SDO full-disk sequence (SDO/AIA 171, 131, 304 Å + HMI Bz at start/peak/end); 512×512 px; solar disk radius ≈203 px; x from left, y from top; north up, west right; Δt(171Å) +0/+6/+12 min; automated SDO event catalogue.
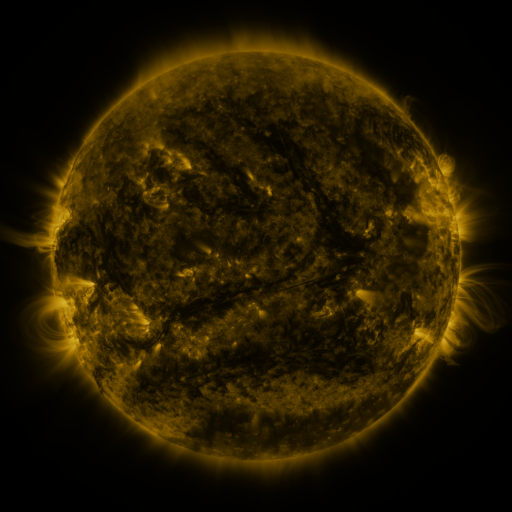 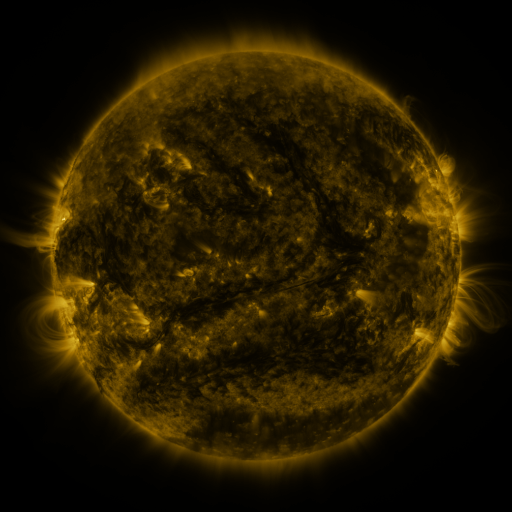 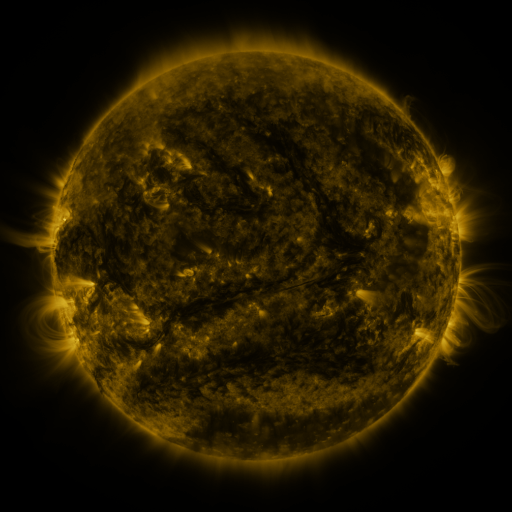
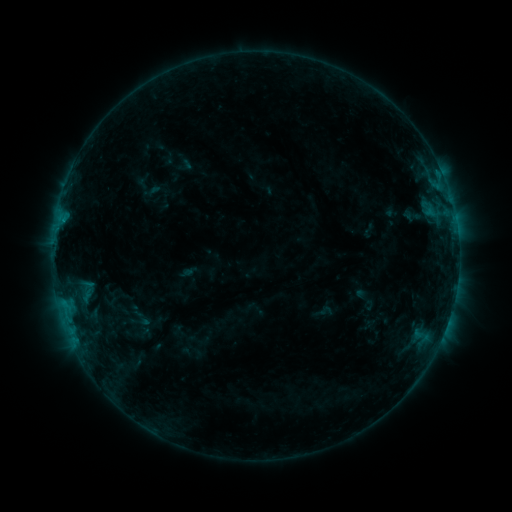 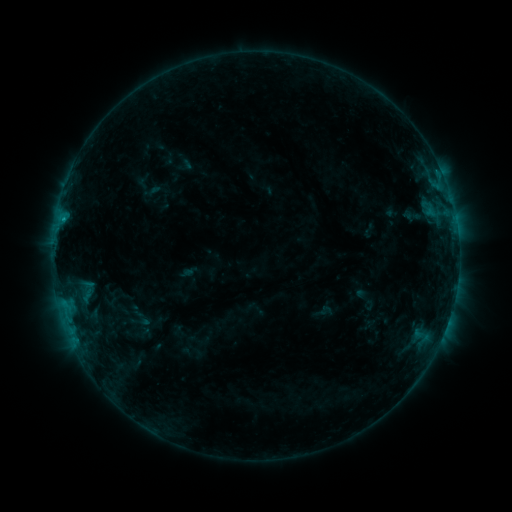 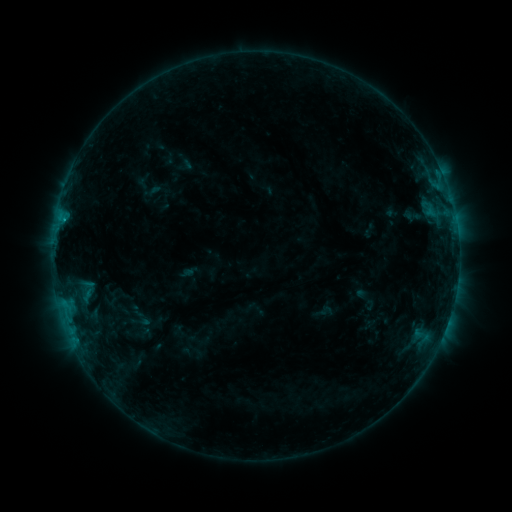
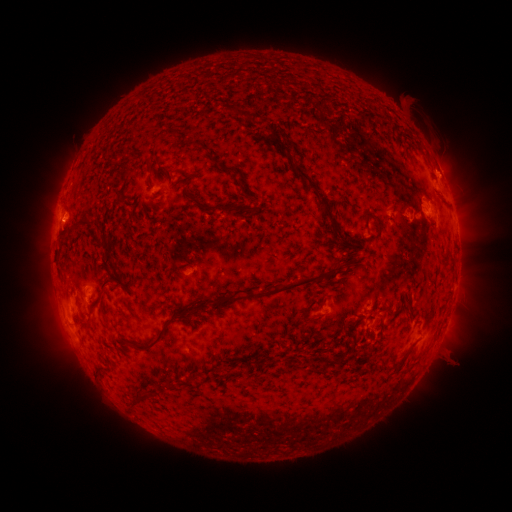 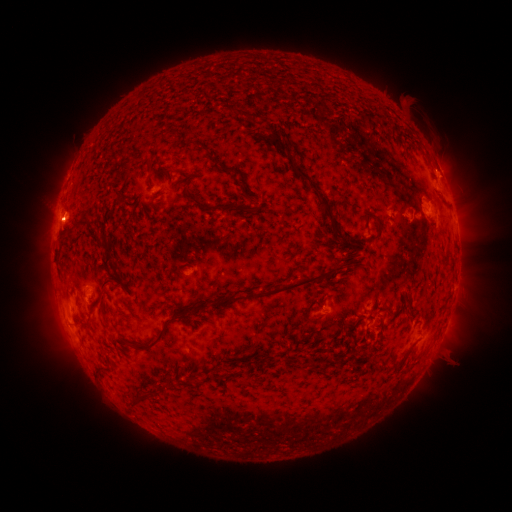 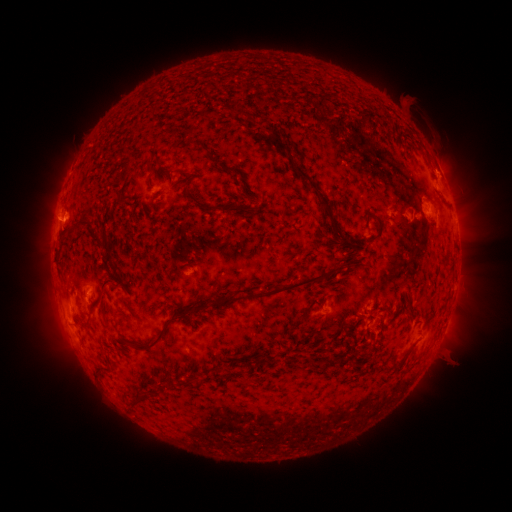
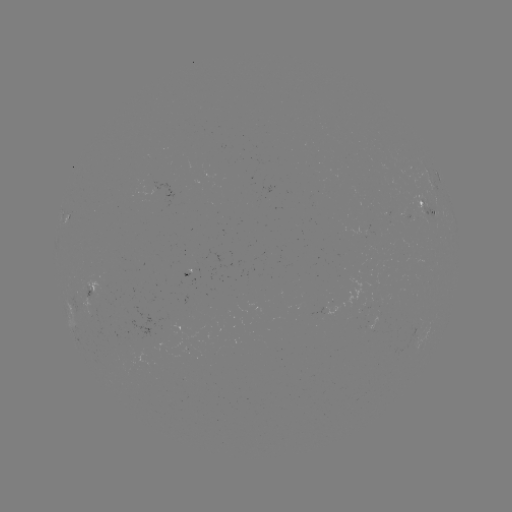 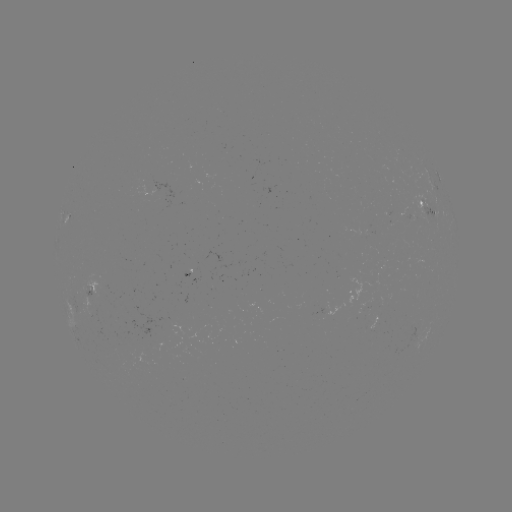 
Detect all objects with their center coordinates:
B9.8 flare: (65, 224)
